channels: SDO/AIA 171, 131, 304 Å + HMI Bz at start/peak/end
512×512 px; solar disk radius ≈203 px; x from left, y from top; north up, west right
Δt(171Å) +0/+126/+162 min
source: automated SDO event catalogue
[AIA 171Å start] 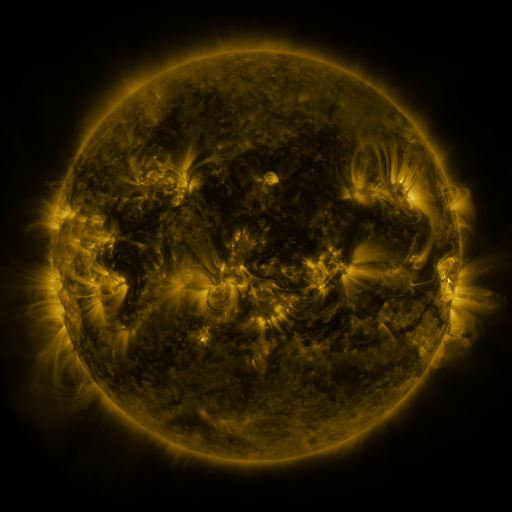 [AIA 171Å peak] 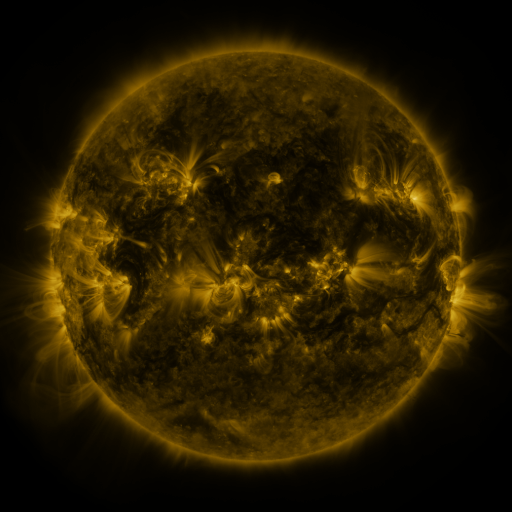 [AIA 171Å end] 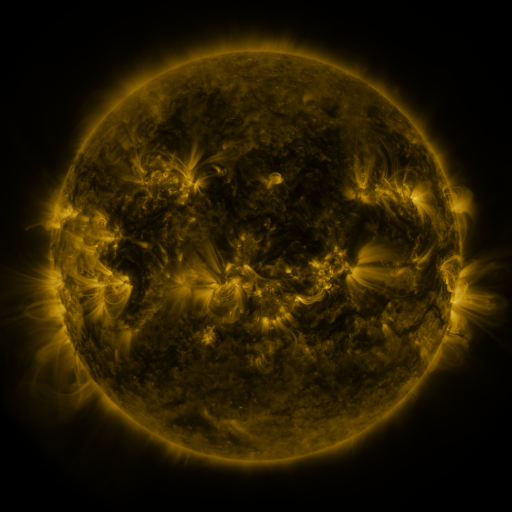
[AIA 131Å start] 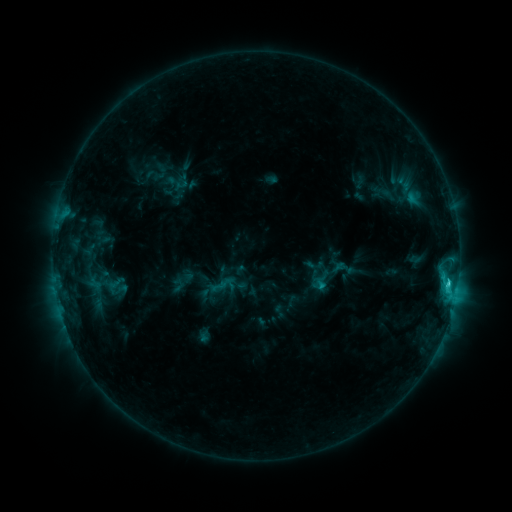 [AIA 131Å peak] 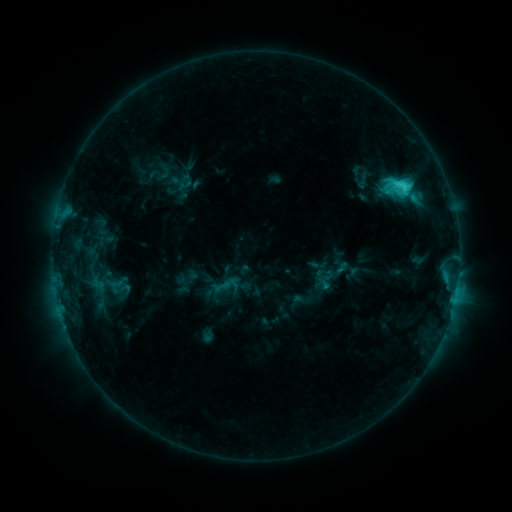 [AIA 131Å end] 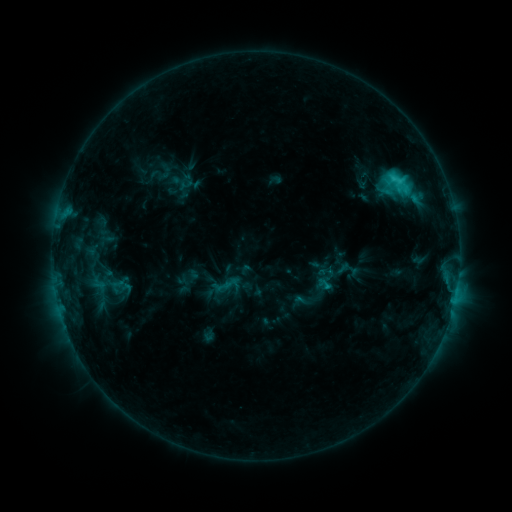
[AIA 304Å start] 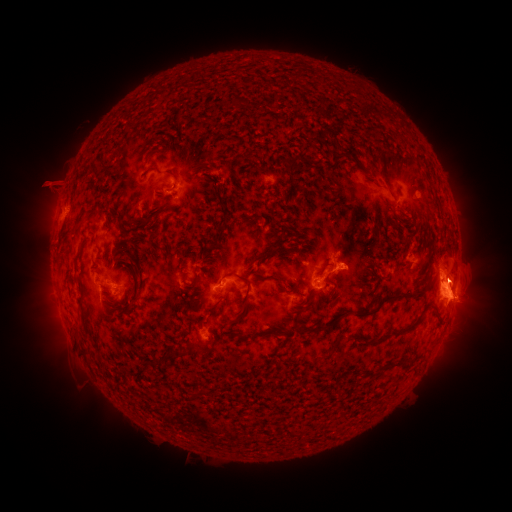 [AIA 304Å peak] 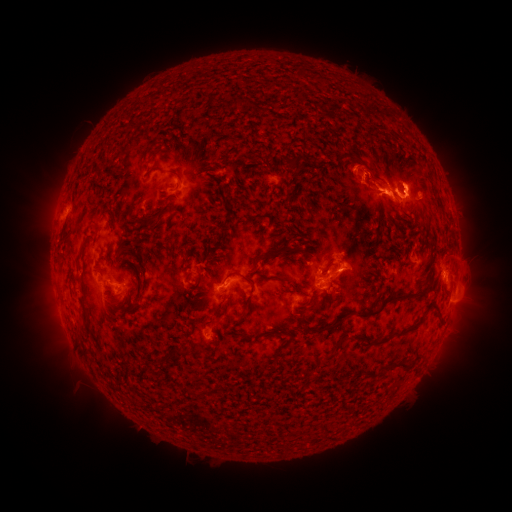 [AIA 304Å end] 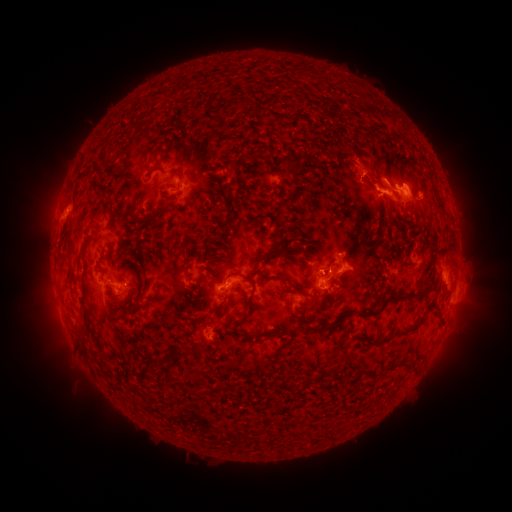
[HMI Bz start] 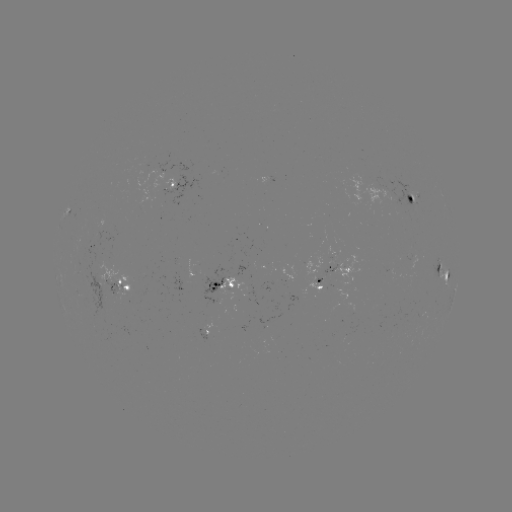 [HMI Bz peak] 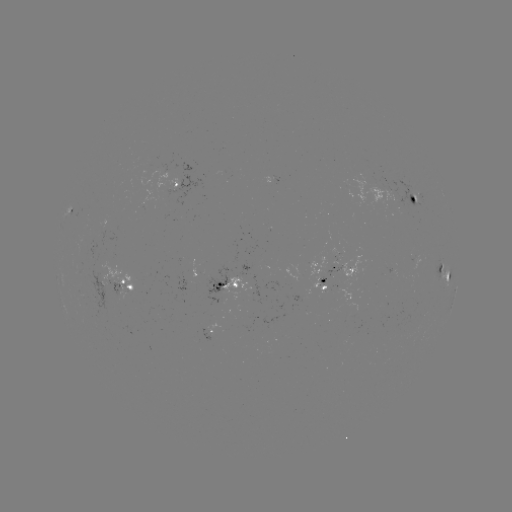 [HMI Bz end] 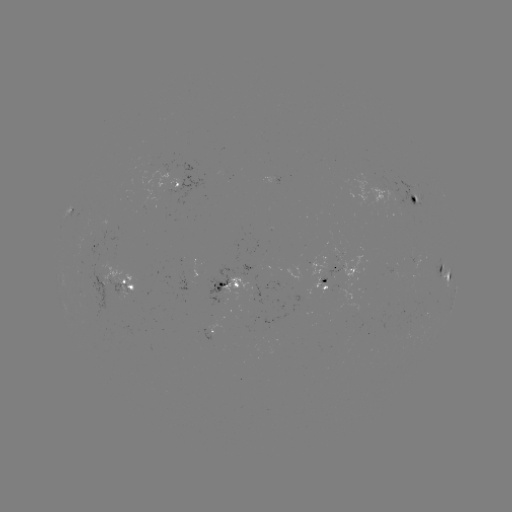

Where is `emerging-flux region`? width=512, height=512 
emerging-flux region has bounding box [308, 254, 325, 276].